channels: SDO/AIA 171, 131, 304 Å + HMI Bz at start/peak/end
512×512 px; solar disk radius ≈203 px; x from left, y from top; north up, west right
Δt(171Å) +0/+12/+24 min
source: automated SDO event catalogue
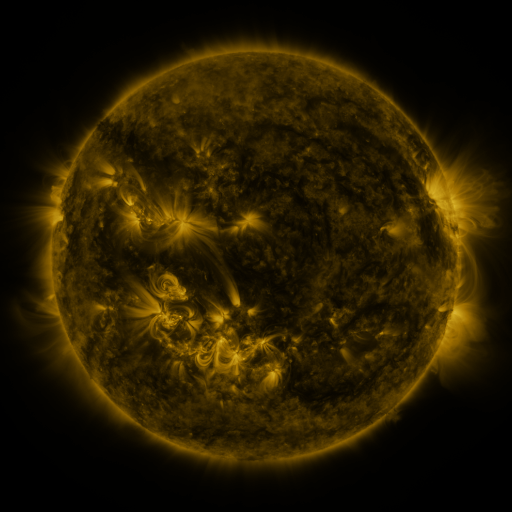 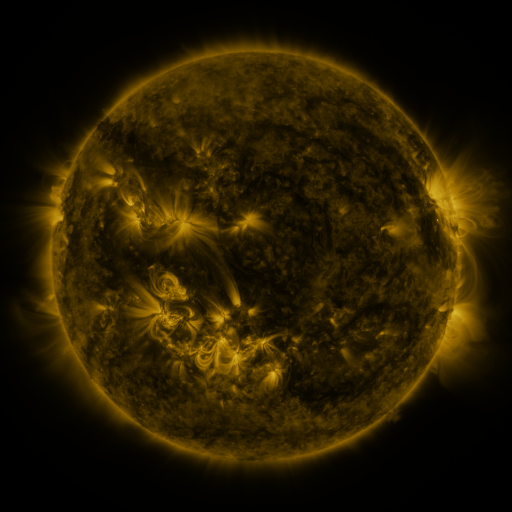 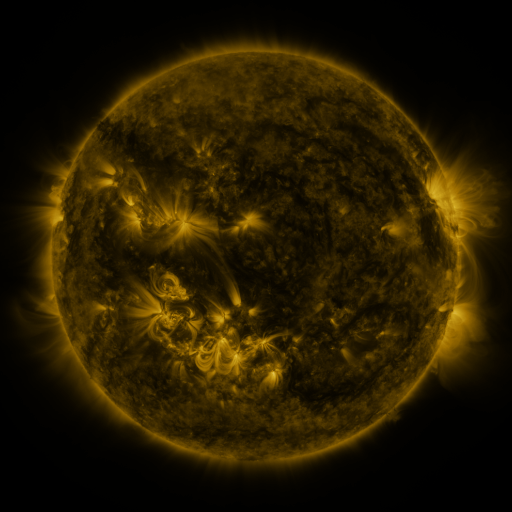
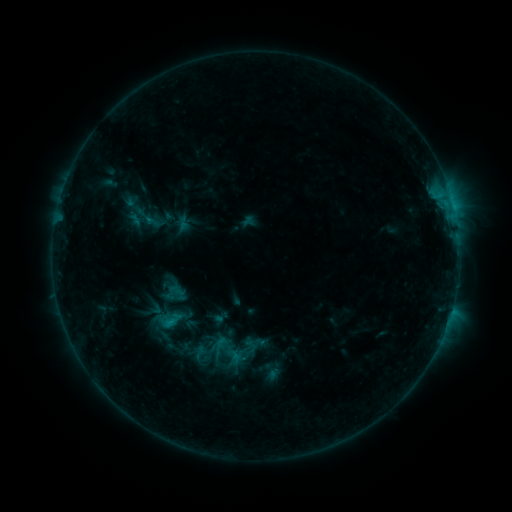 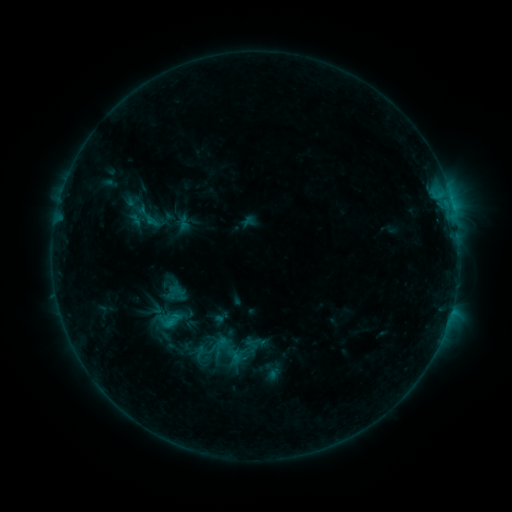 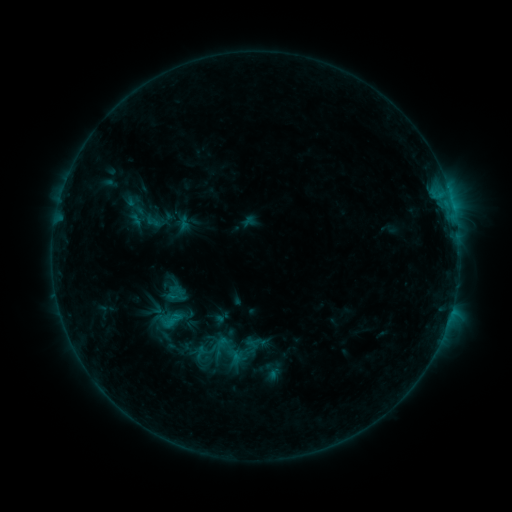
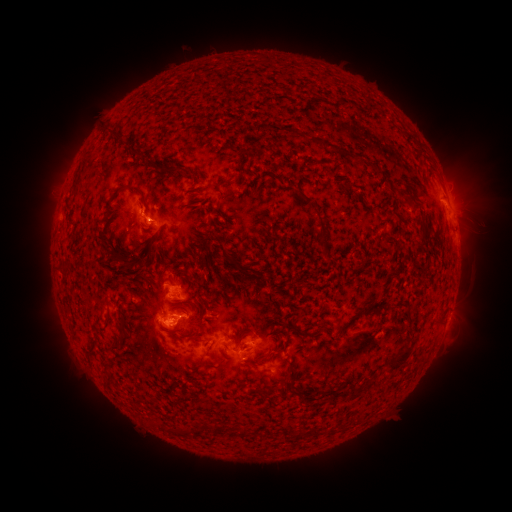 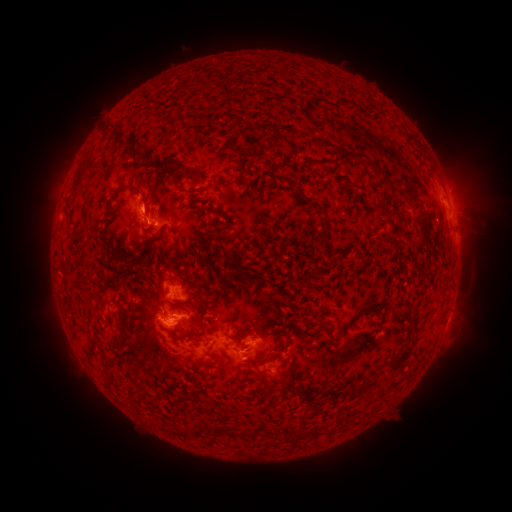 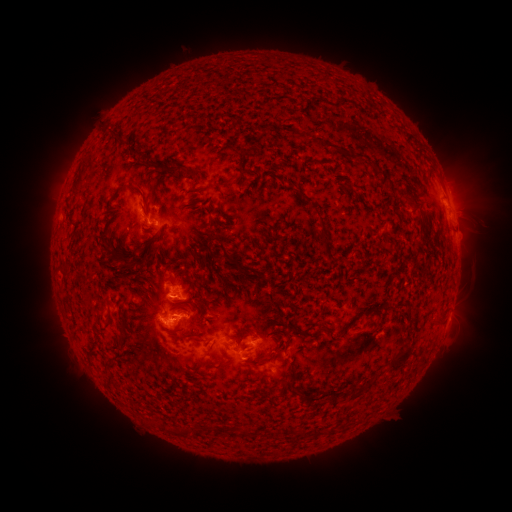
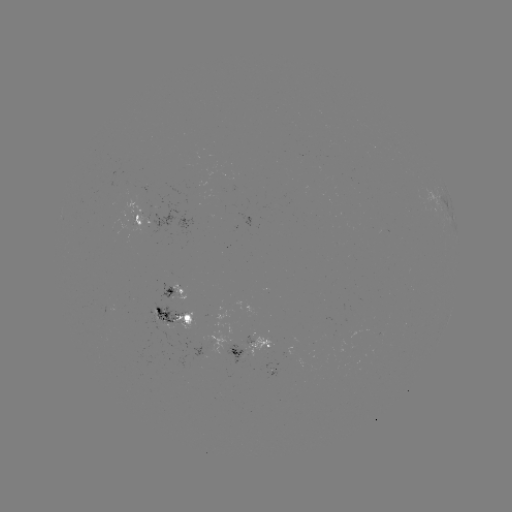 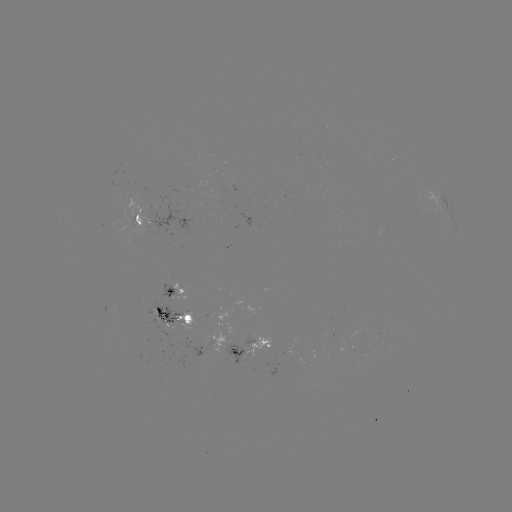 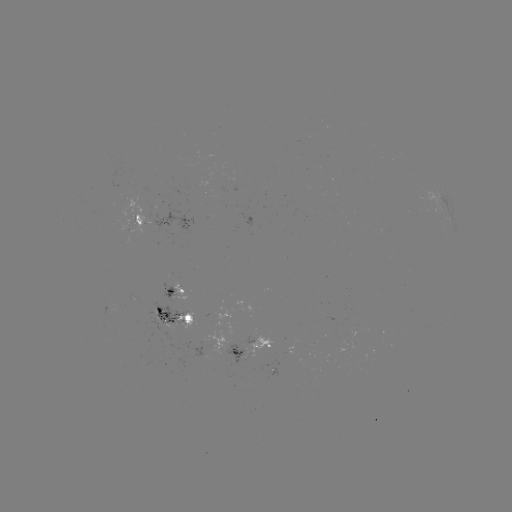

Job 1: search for eruption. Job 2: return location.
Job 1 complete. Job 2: (144, 199).